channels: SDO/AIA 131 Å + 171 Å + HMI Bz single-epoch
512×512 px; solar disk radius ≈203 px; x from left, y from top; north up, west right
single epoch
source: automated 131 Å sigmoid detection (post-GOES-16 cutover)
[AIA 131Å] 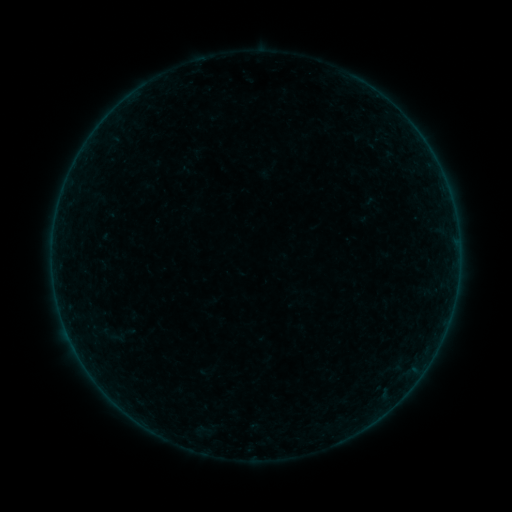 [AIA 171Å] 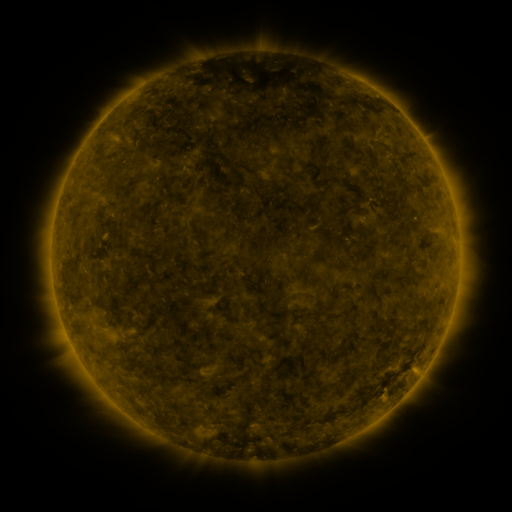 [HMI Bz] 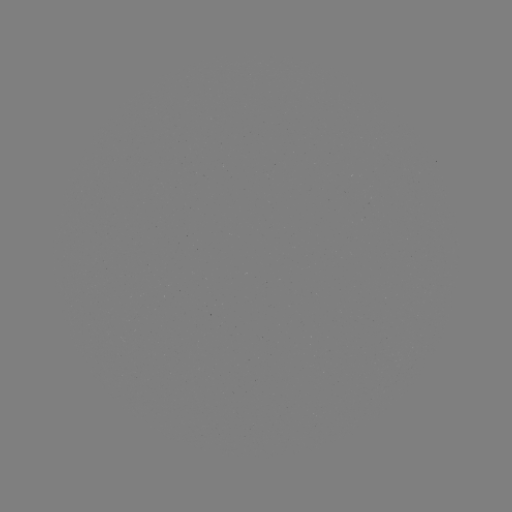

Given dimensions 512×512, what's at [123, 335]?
sigmoid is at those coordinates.